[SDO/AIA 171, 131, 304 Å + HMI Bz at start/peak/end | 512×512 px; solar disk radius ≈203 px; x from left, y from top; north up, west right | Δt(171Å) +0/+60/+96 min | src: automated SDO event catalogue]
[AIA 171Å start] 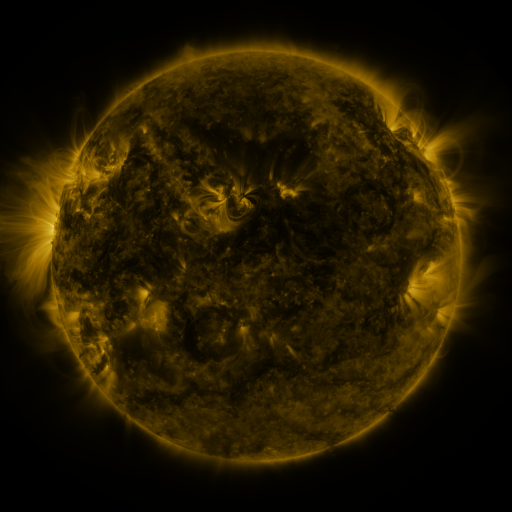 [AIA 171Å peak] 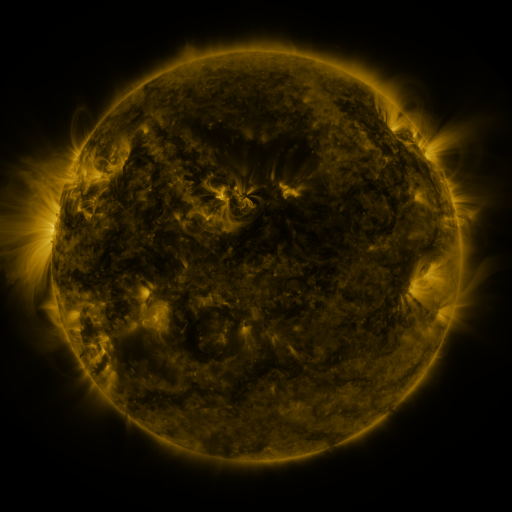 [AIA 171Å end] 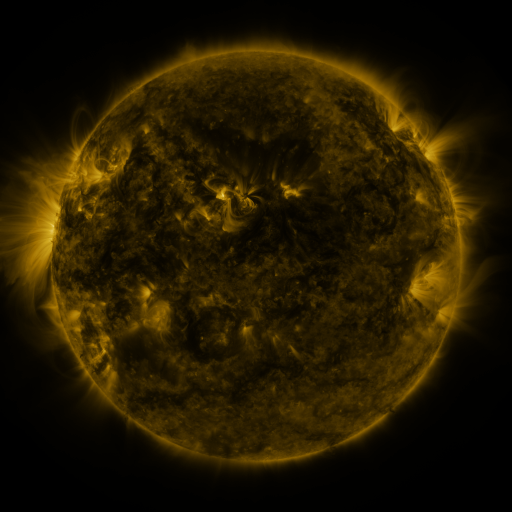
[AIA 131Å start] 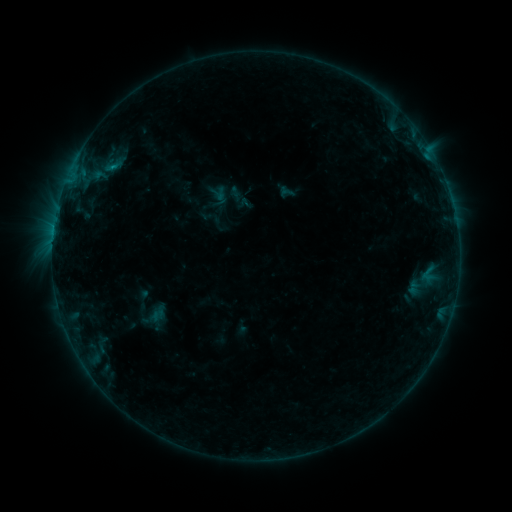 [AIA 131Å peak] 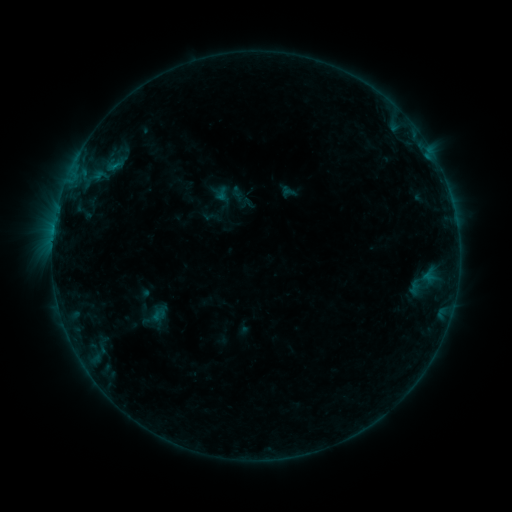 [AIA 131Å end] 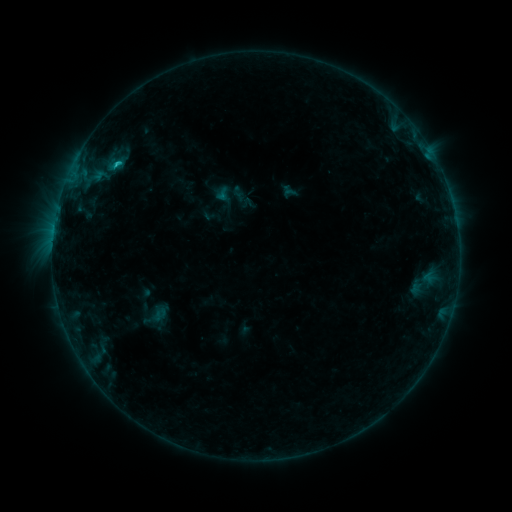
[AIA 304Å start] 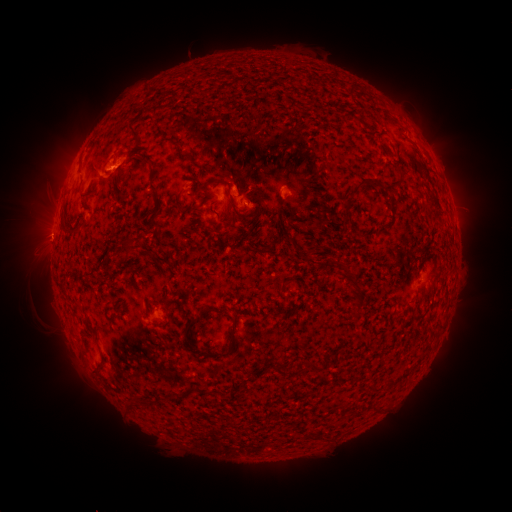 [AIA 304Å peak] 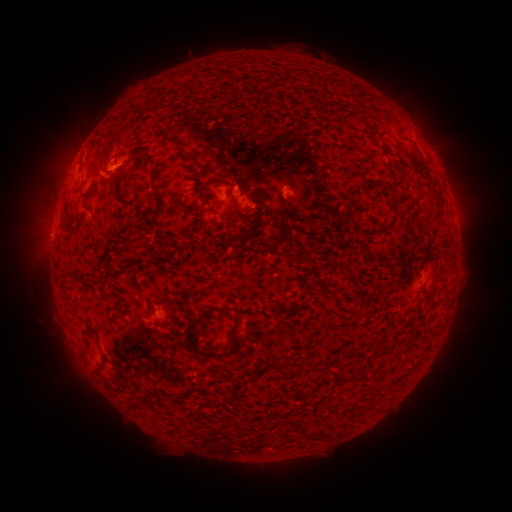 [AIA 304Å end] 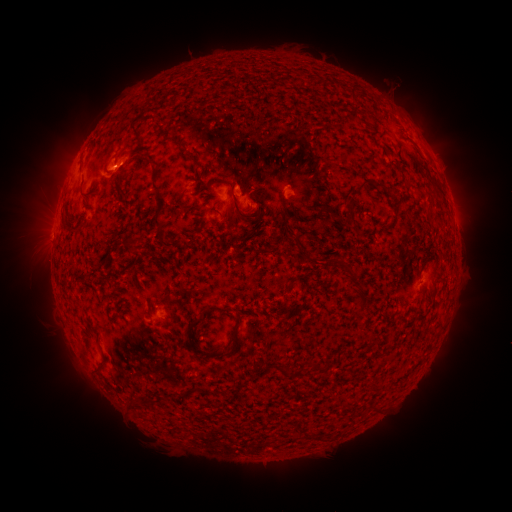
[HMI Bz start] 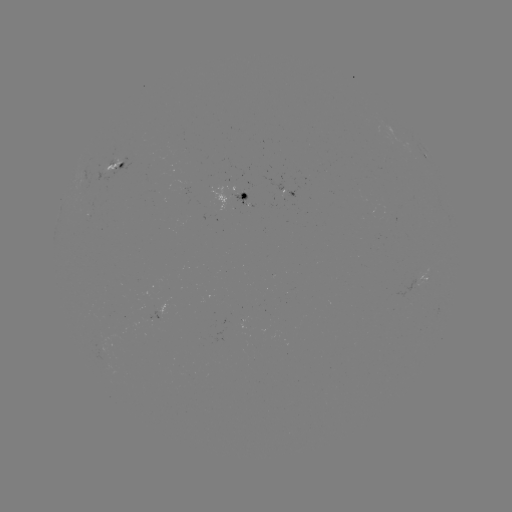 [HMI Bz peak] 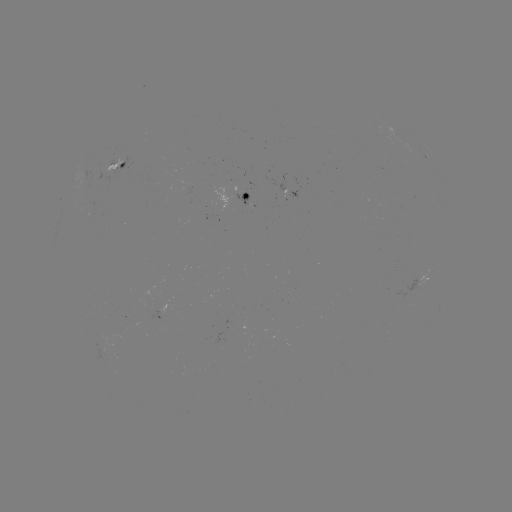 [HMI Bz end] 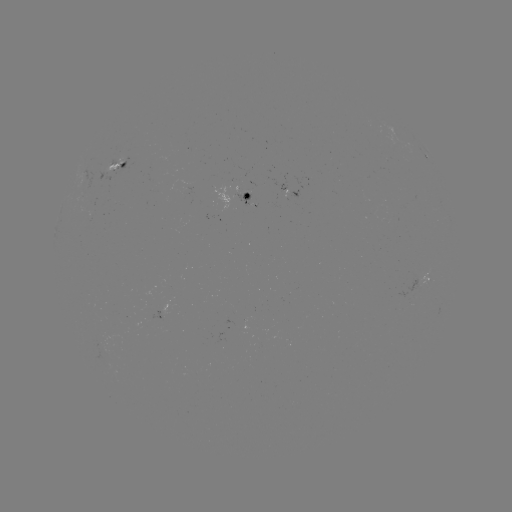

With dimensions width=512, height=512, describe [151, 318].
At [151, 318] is emerging-flux region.